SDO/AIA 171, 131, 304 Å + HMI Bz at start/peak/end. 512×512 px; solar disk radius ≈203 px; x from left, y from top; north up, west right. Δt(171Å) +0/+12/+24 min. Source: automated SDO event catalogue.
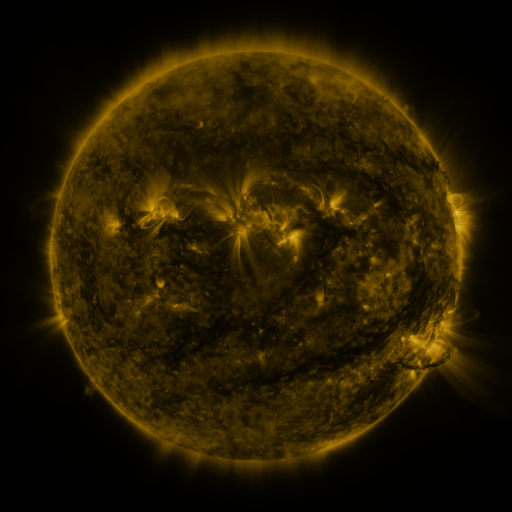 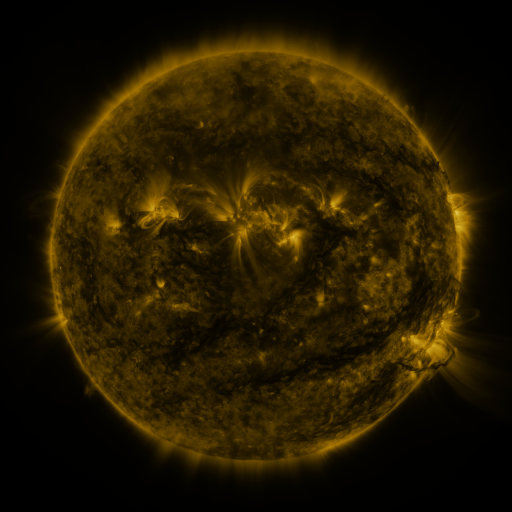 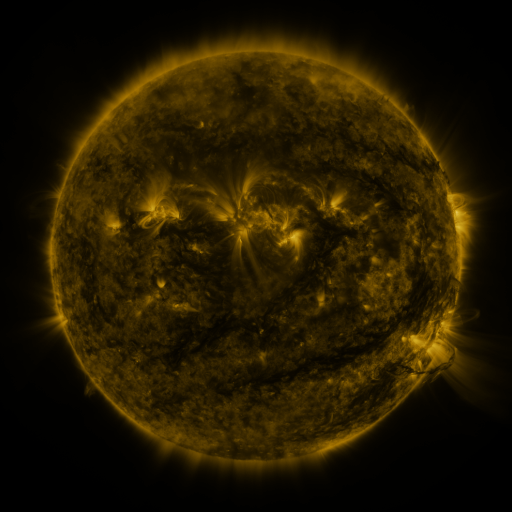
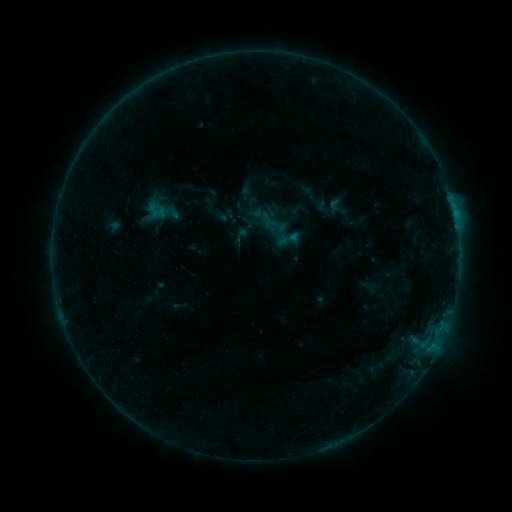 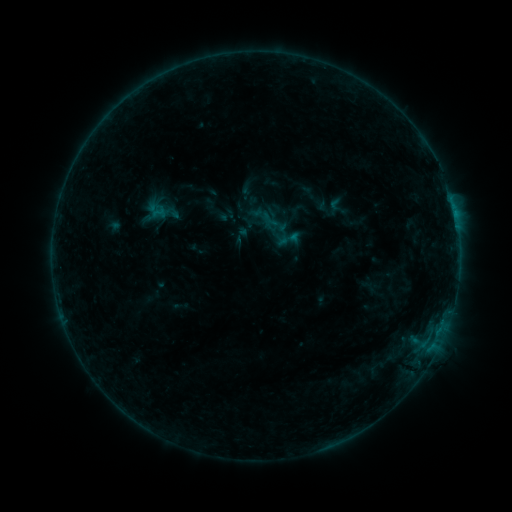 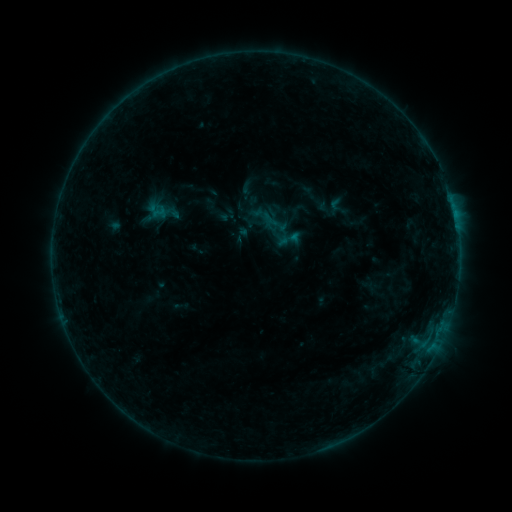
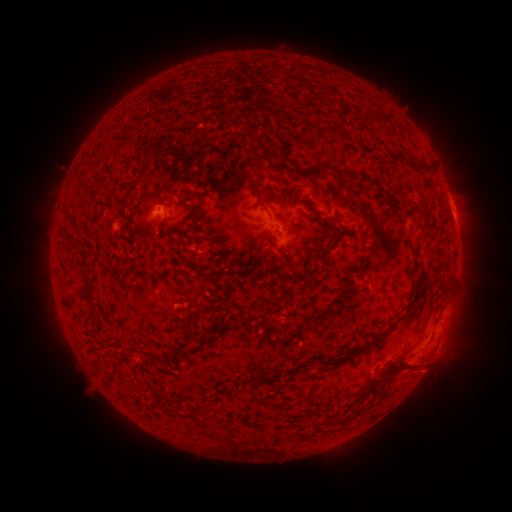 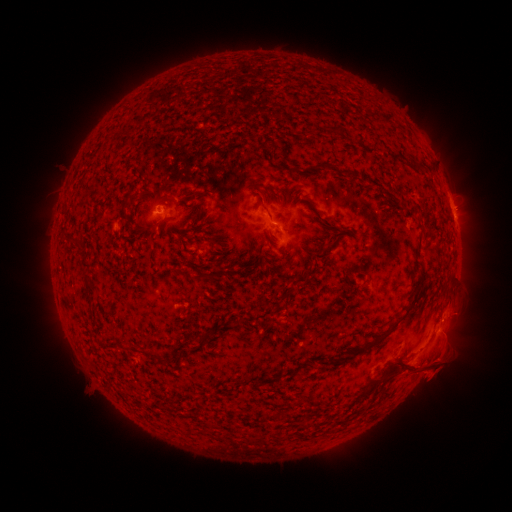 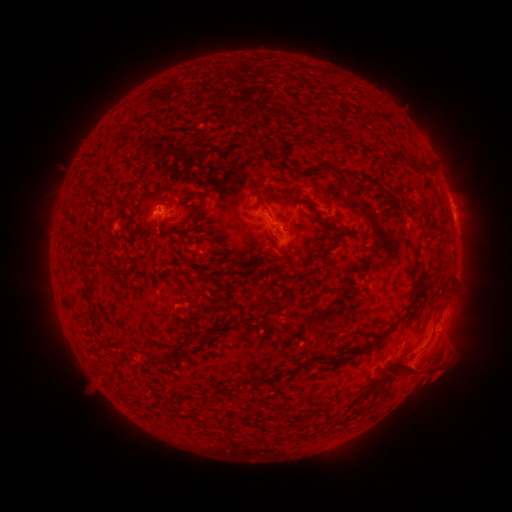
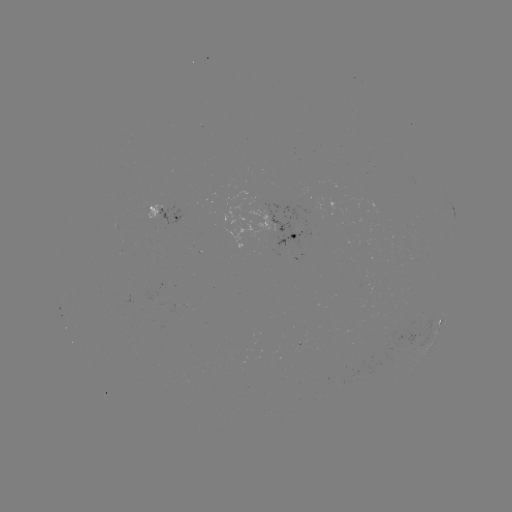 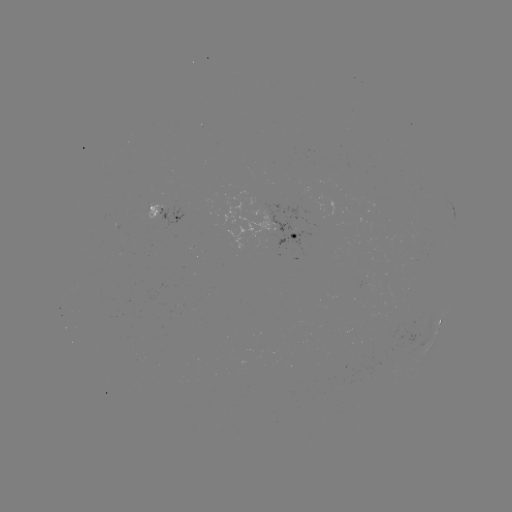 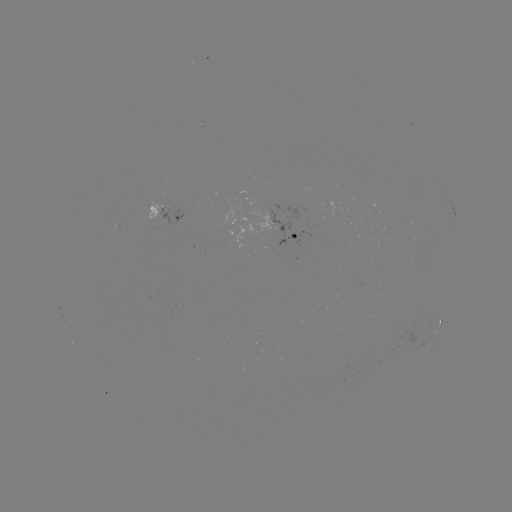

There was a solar eruption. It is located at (439, 365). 